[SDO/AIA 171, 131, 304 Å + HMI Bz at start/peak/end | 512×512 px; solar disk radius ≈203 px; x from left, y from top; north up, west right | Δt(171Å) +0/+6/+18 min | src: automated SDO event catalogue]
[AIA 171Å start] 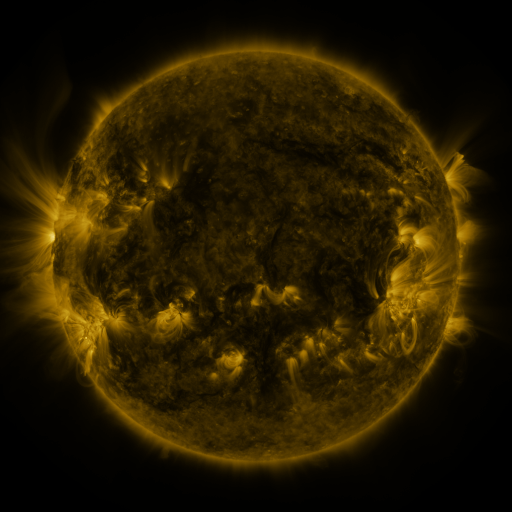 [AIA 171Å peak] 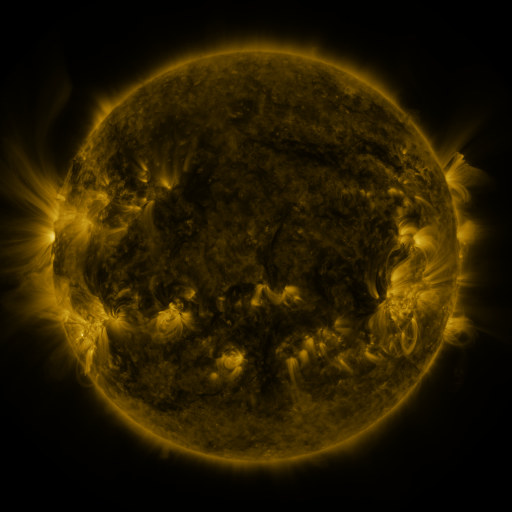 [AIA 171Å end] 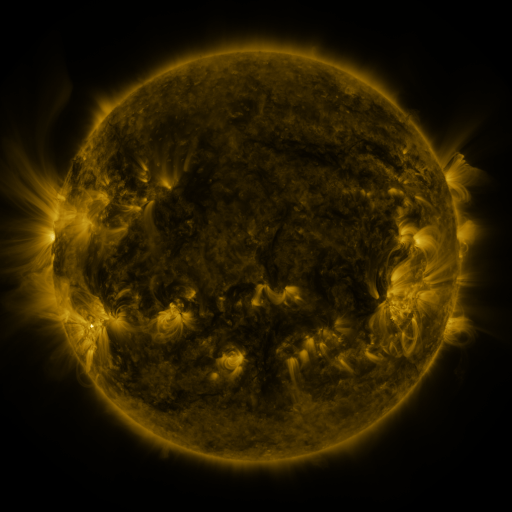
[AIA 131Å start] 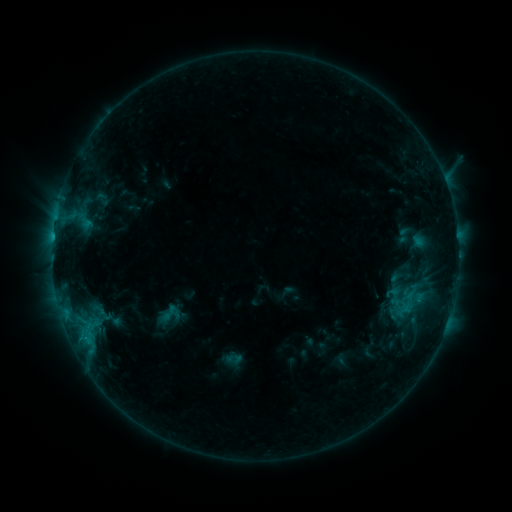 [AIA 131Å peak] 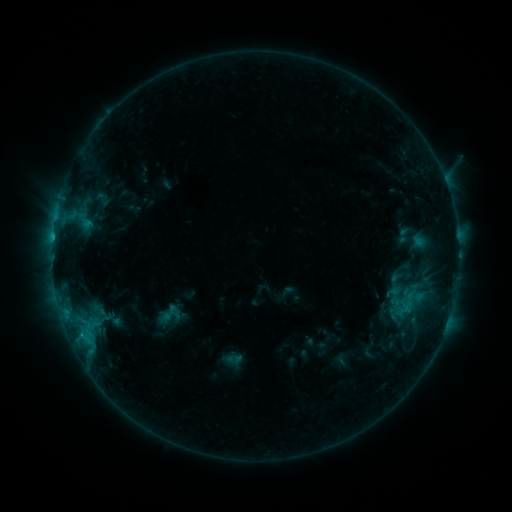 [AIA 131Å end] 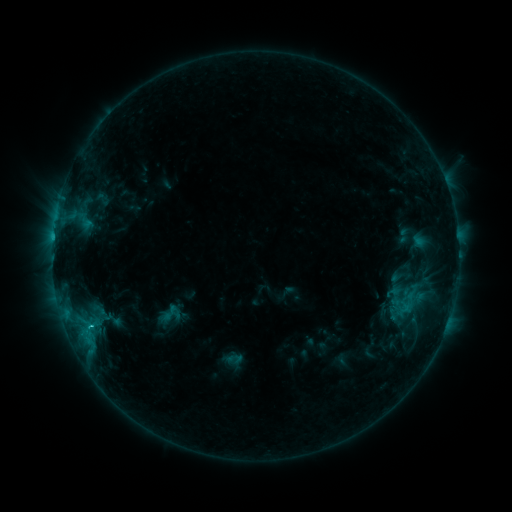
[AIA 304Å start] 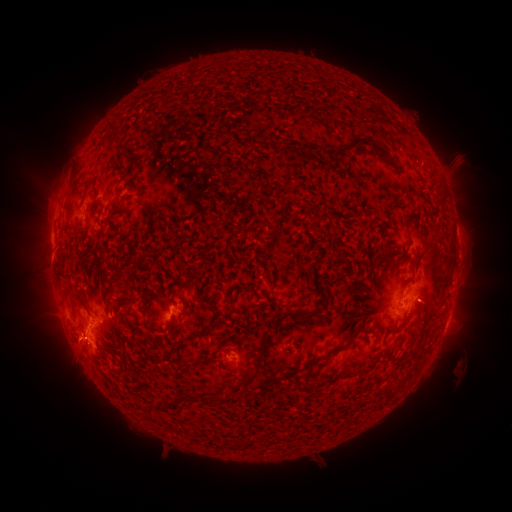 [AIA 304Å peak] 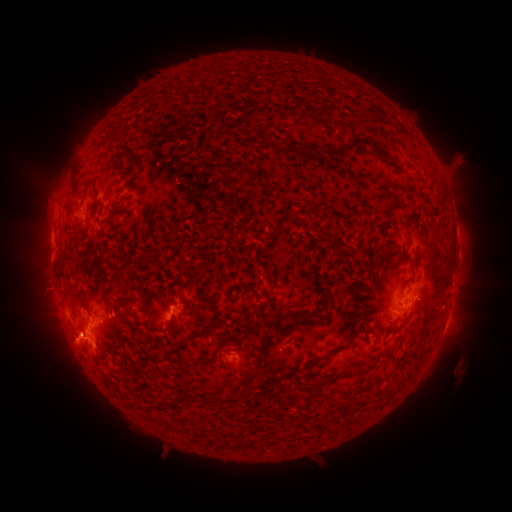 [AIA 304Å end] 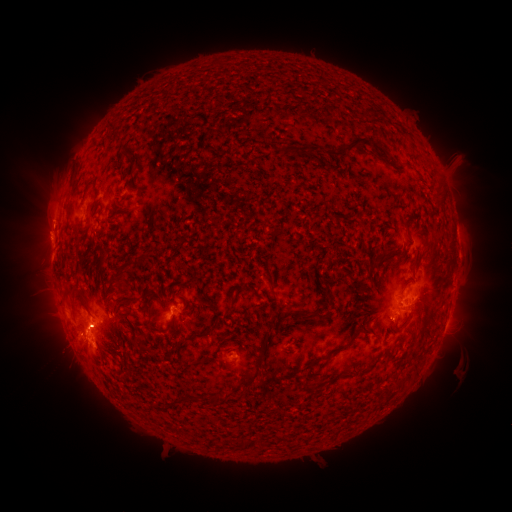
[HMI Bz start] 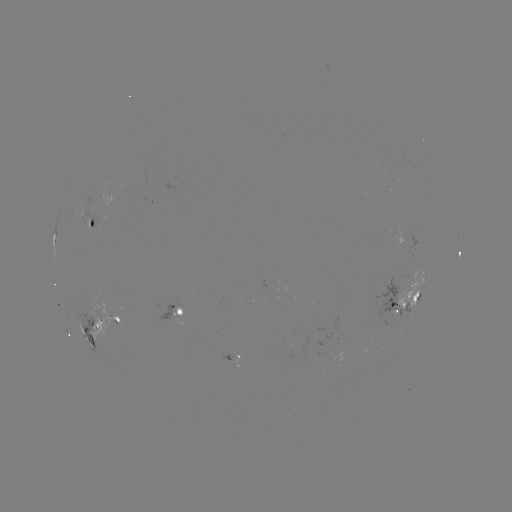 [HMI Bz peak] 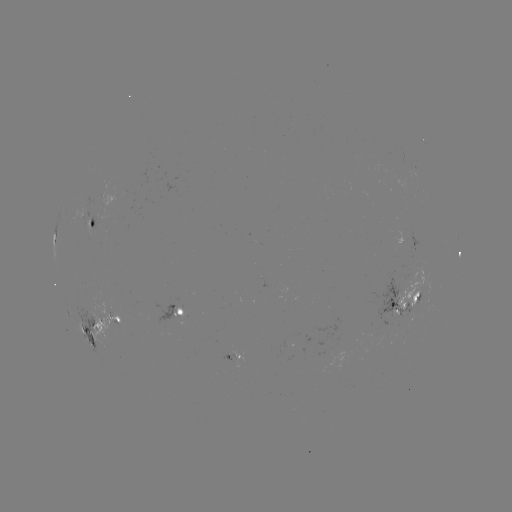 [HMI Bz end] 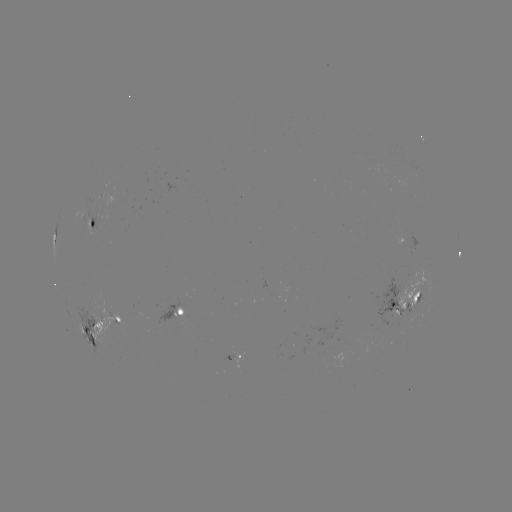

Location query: eruption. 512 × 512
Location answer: [65, 347].